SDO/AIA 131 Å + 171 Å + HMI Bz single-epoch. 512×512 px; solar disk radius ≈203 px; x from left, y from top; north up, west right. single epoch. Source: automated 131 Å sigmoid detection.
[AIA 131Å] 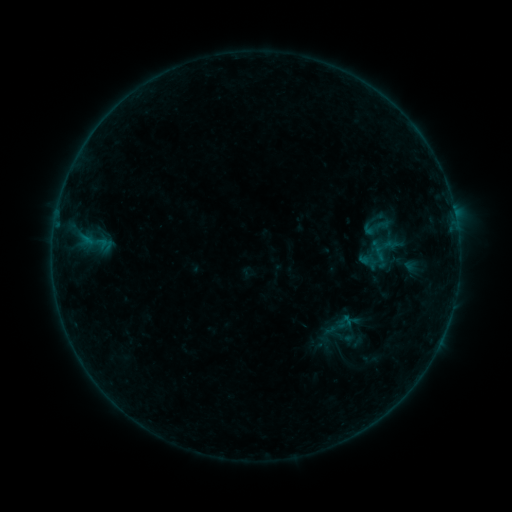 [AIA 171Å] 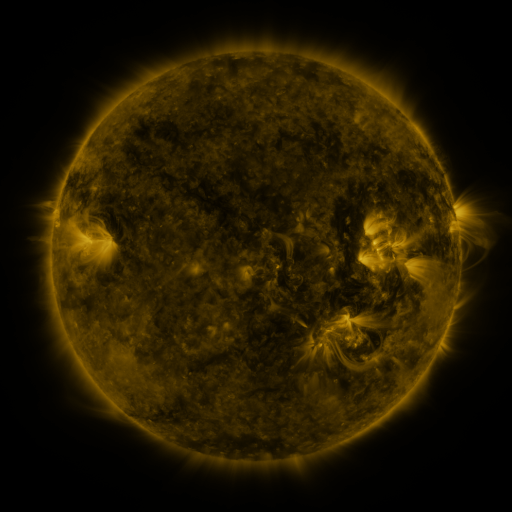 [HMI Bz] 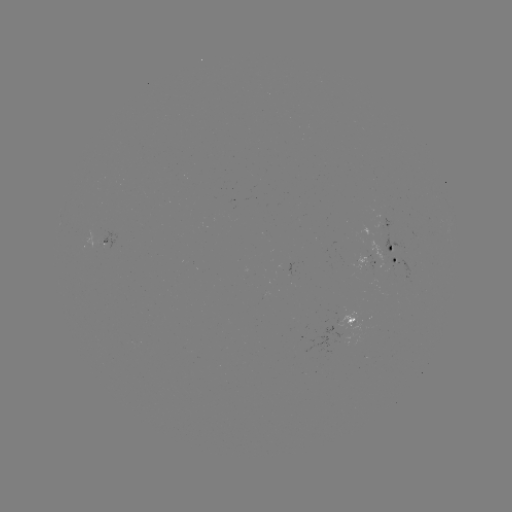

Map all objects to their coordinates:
sigmoid: [358, 213, 394, 241]
sigmoid: [74, 215, 117, 270]
